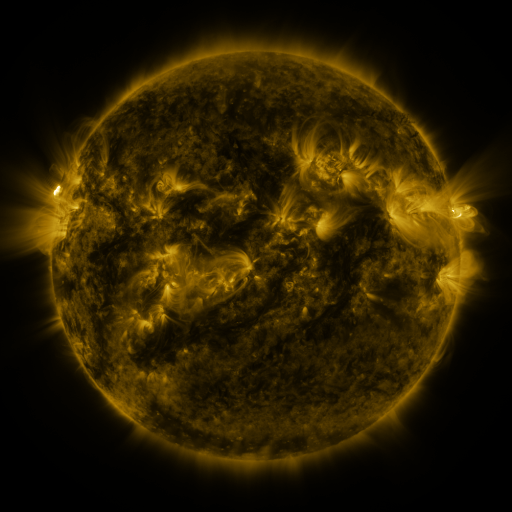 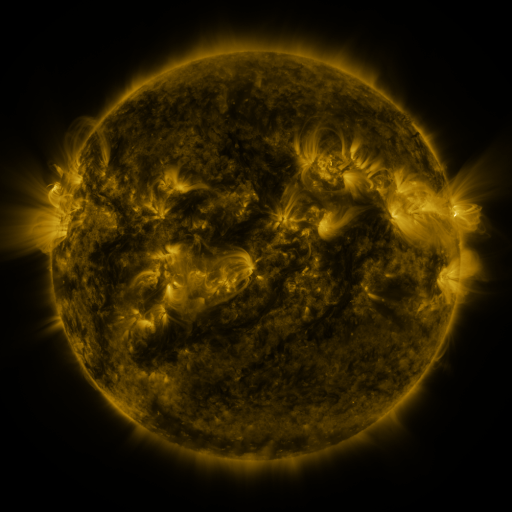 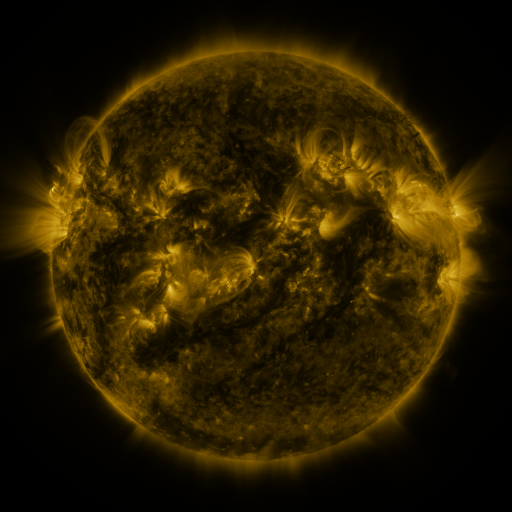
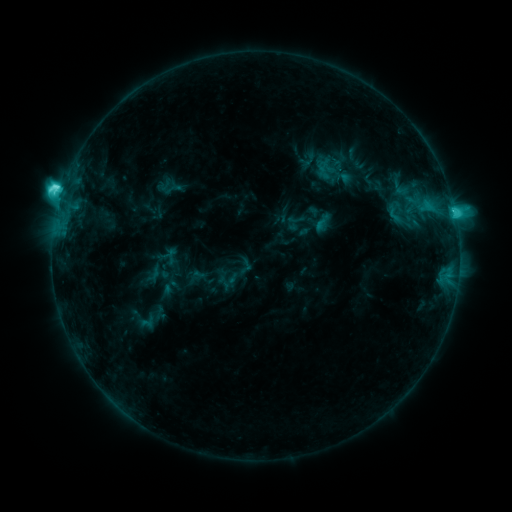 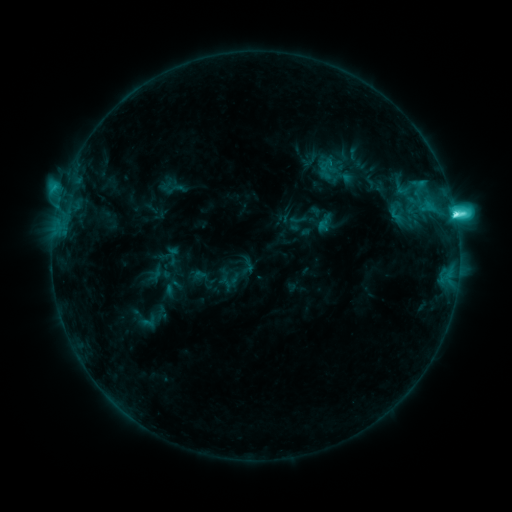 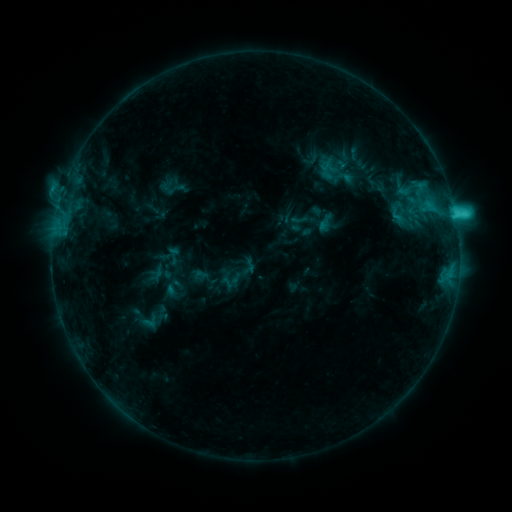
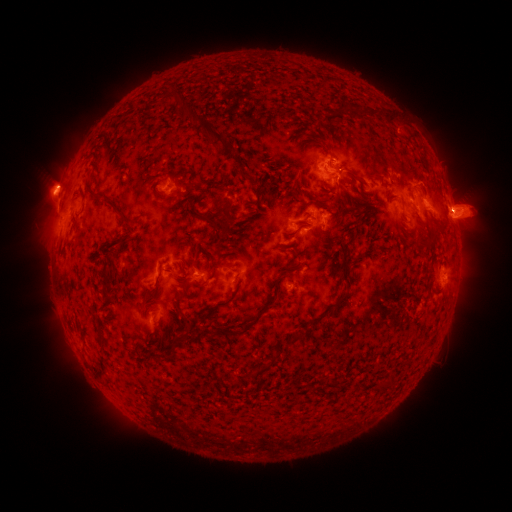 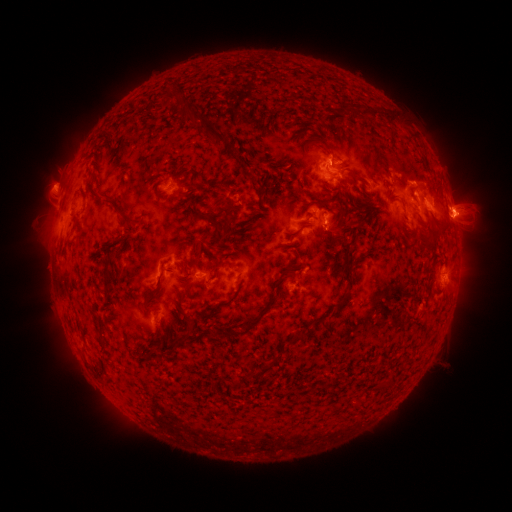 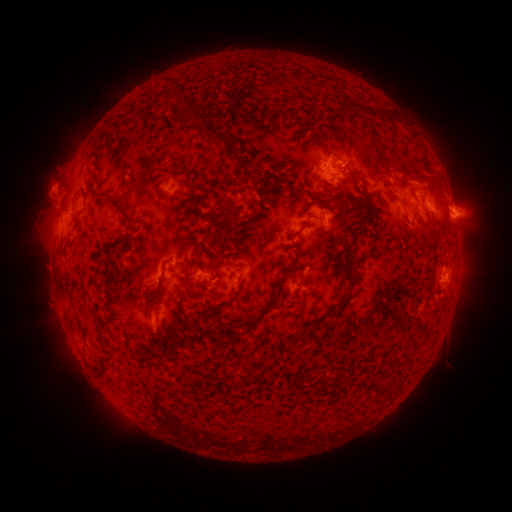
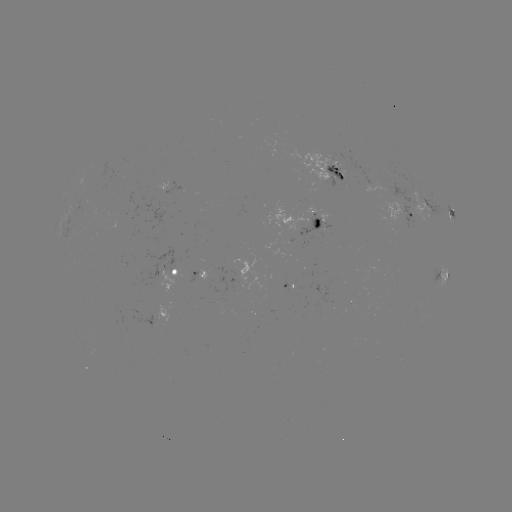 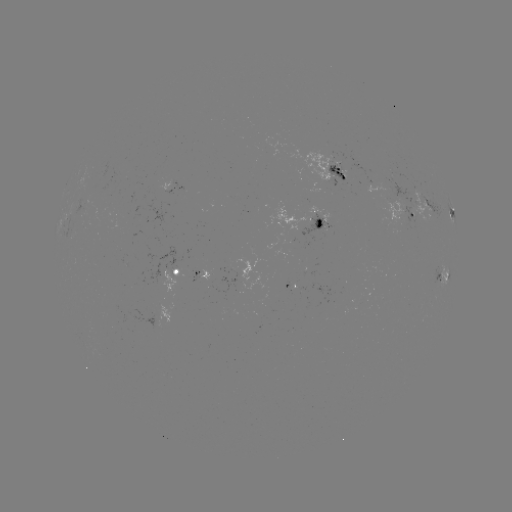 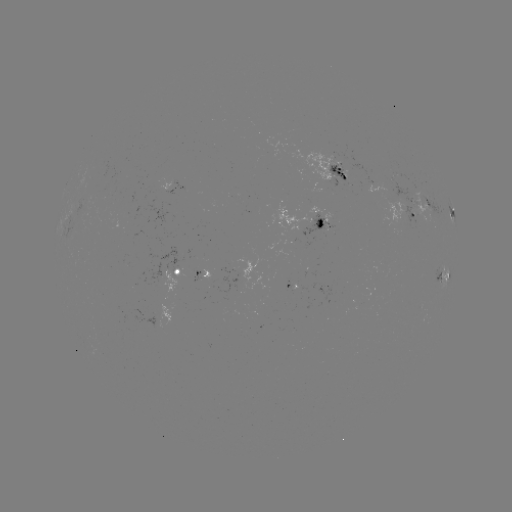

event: emerging-flux region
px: (408, 202)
